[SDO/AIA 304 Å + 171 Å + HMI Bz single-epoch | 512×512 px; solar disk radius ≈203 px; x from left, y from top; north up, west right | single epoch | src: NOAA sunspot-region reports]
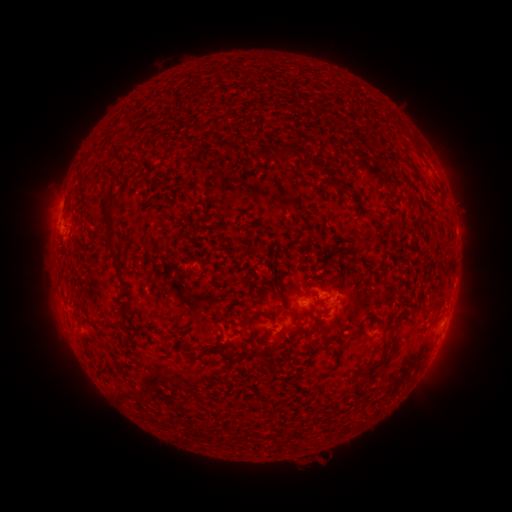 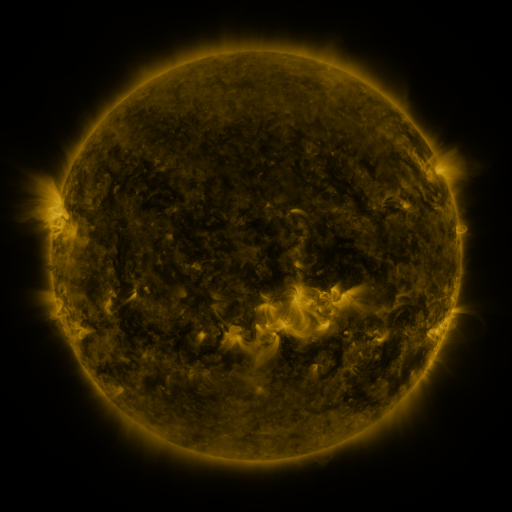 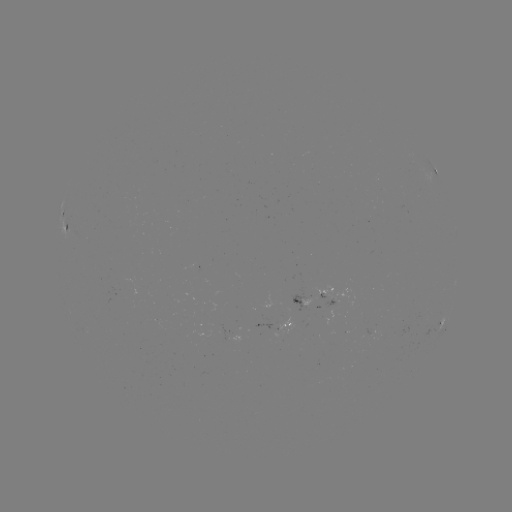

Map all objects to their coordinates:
spotted active region: (436, 171)
spotted active region: (63, 211)
spotted active region: (67, 226)
spotted active region: (318, 294)
spotted active region: (449, 318)
spotted active region: (440, 323)
spotted active region: (289, 325)
